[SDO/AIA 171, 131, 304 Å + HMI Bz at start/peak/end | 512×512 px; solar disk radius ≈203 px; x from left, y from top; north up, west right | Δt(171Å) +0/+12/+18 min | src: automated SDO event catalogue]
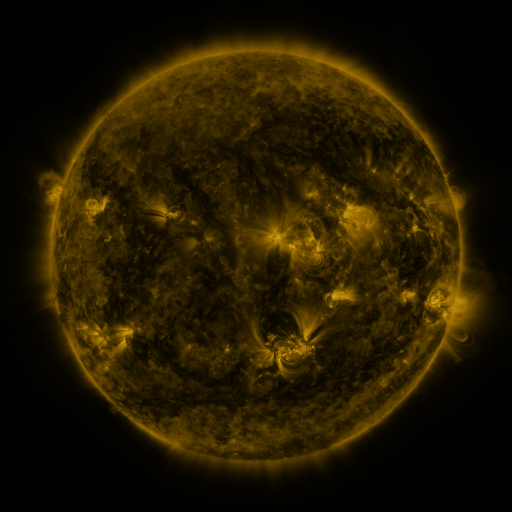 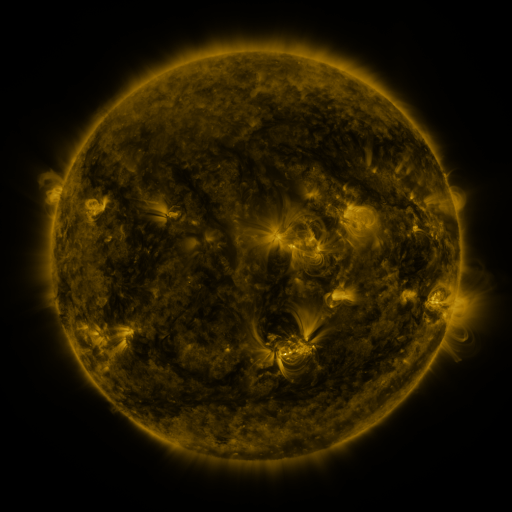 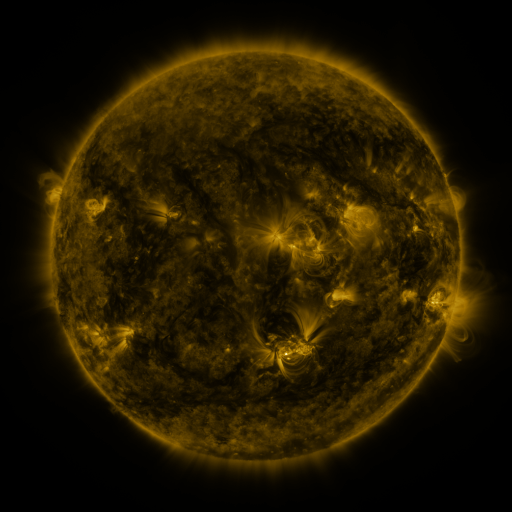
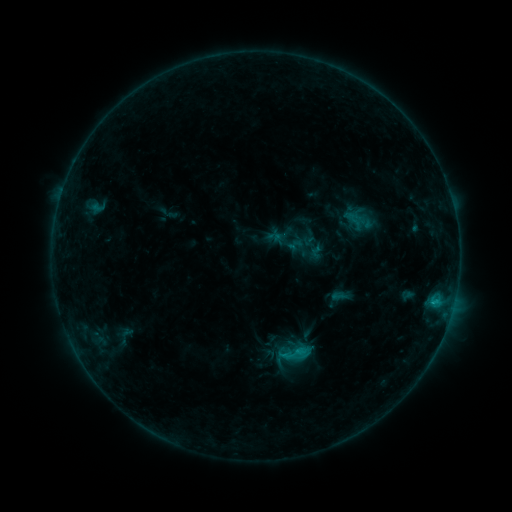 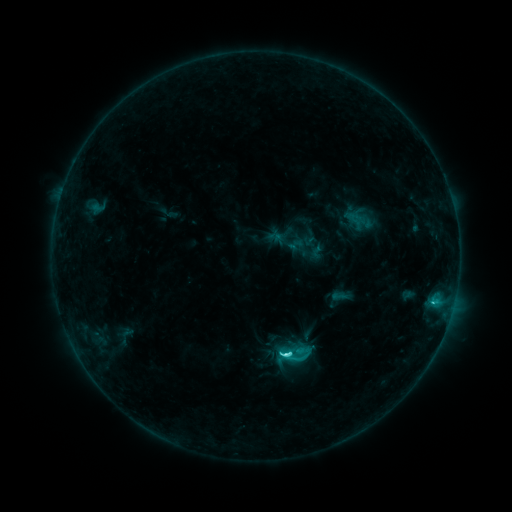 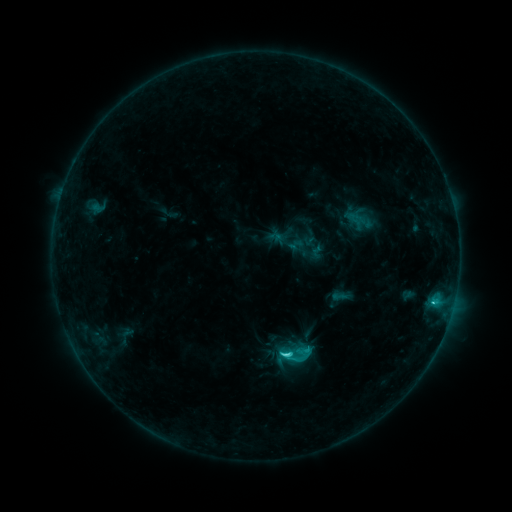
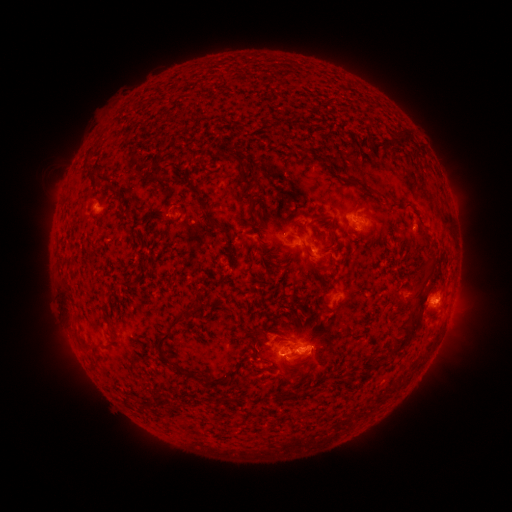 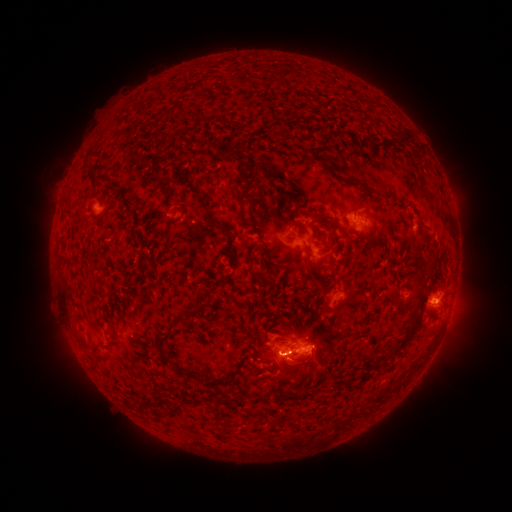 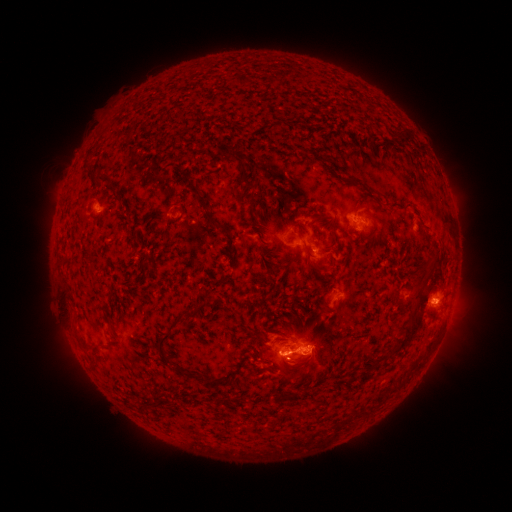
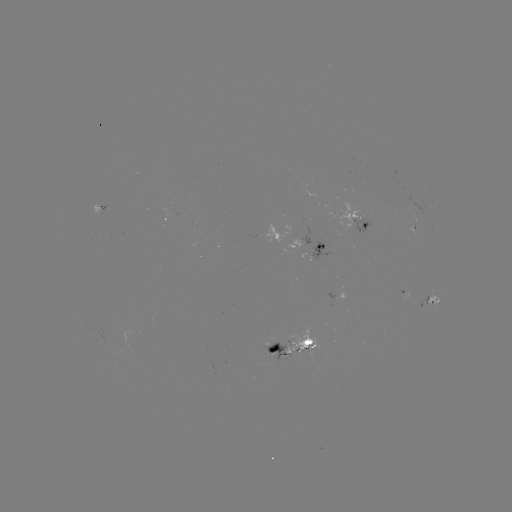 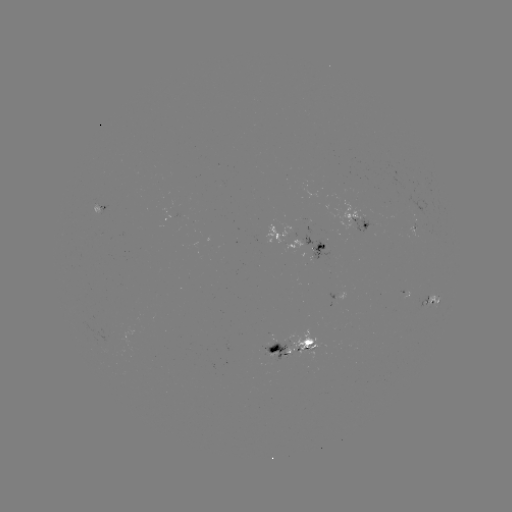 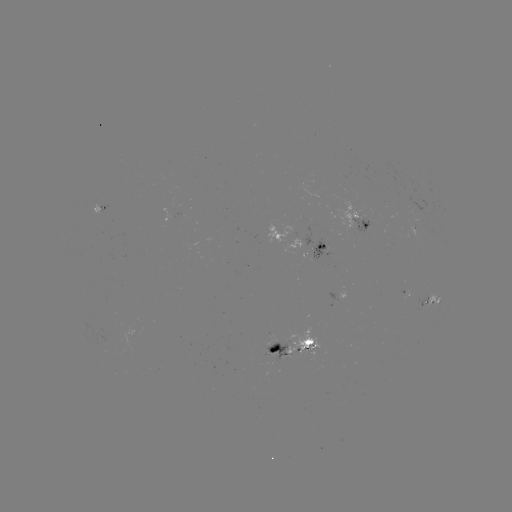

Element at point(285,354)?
C4.3 flare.